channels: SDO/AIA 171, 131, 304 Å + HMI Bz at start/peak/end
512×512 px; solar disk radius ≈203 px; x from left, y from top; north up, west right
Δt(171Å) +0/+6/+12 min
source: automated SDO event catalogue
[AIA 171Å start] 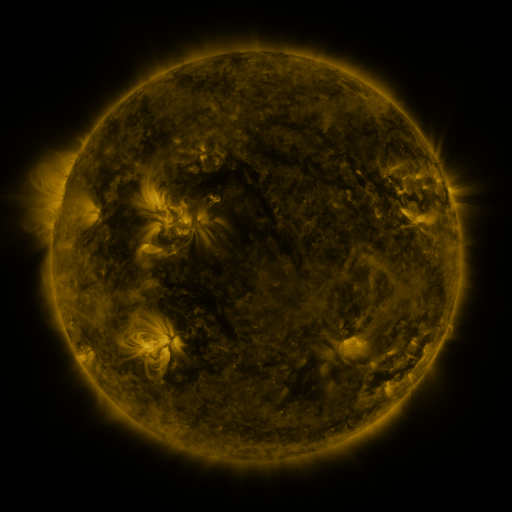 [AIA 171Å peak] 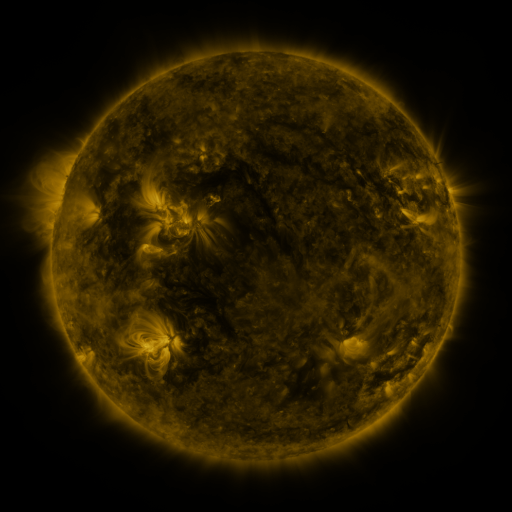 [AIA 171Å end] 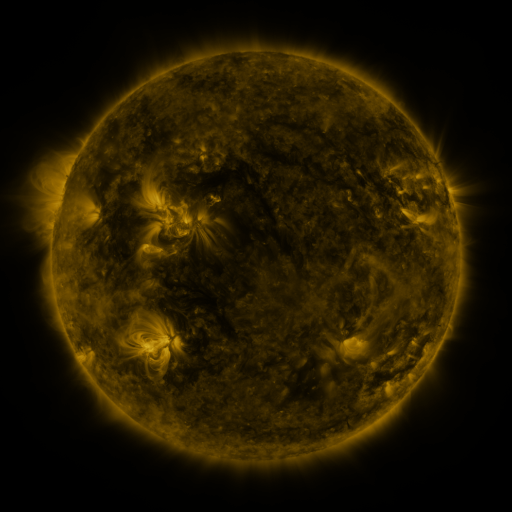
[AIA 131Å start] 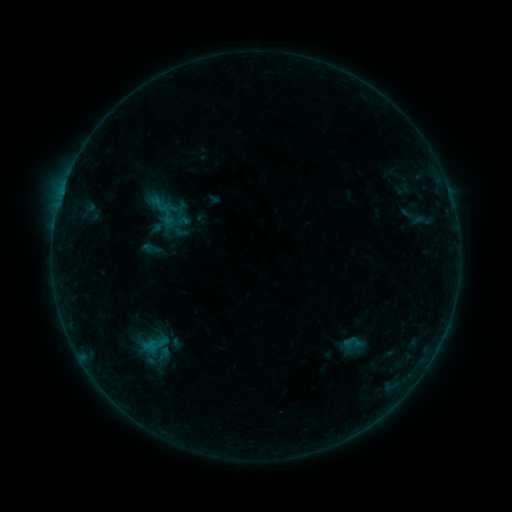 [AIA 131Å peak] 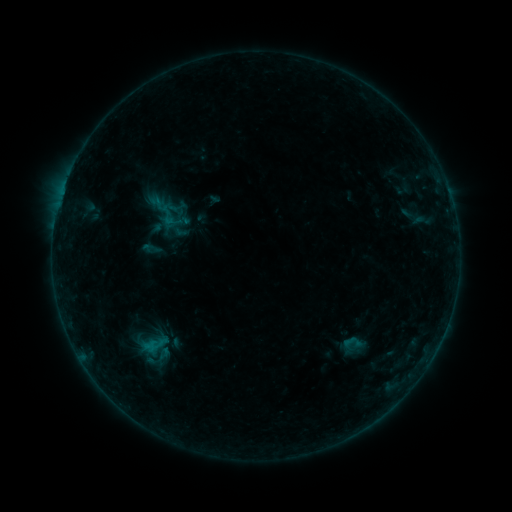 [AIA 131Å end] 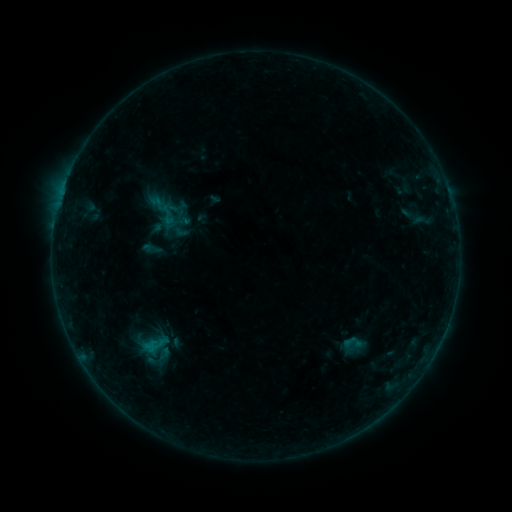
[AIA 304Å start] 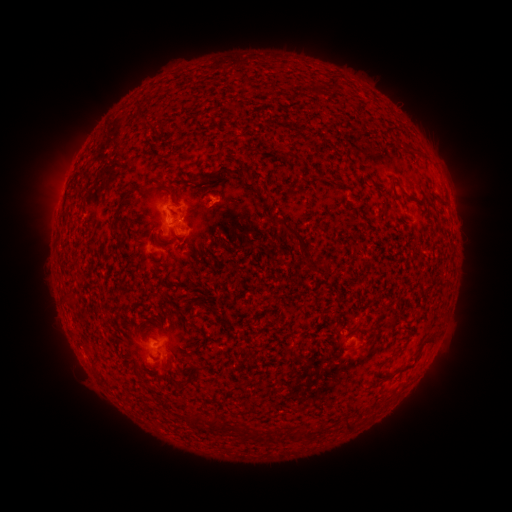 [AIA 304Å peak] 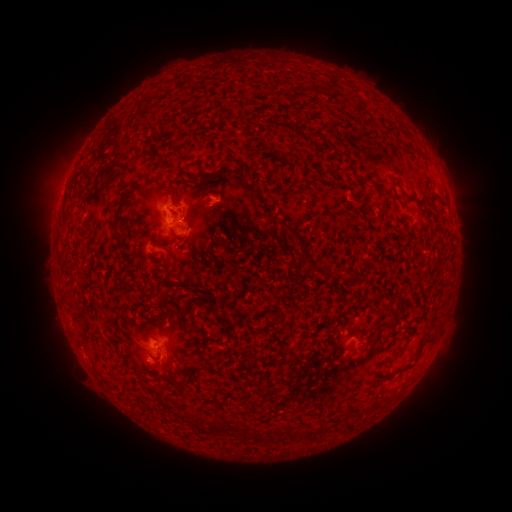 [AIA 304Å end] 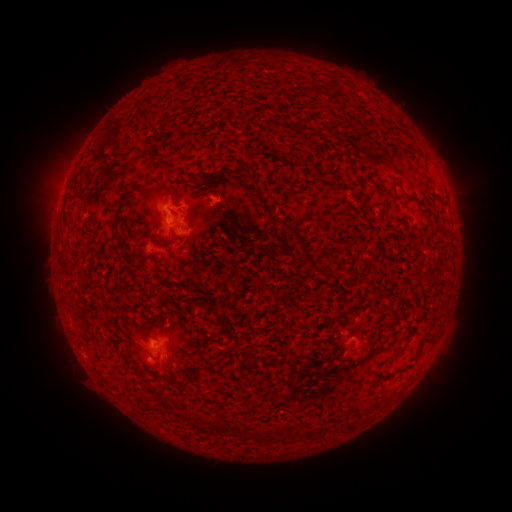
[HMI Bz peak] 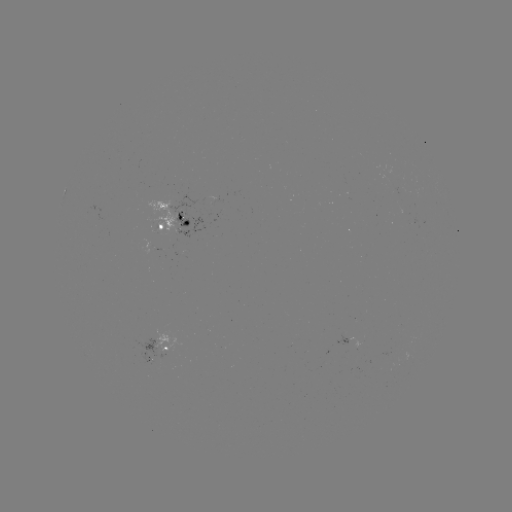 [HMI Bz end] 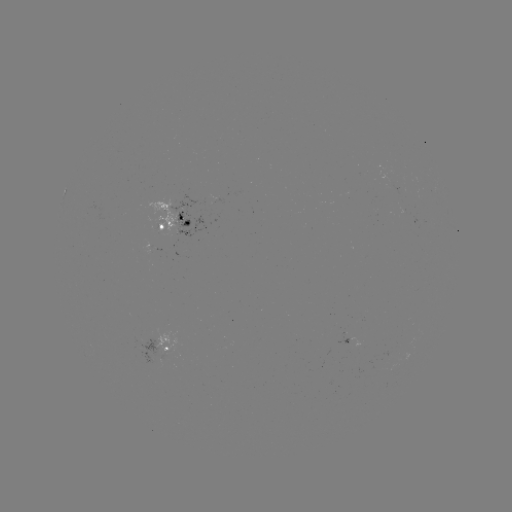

no catalogued flare and no flagged EUV brightening in this window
